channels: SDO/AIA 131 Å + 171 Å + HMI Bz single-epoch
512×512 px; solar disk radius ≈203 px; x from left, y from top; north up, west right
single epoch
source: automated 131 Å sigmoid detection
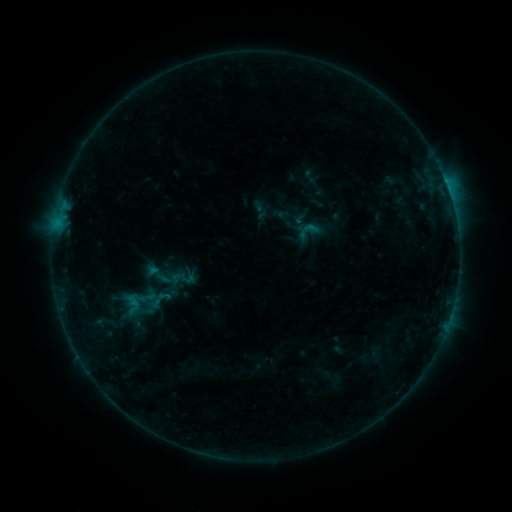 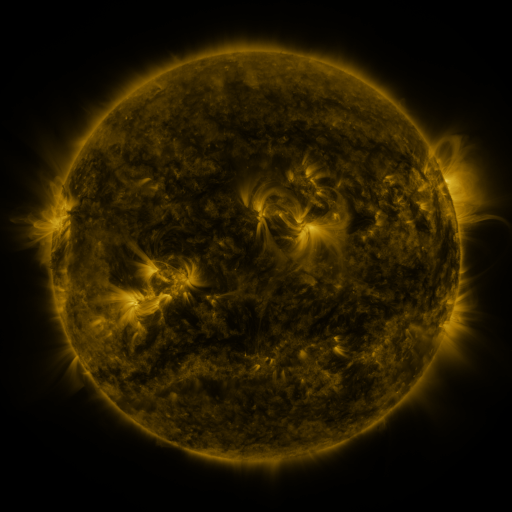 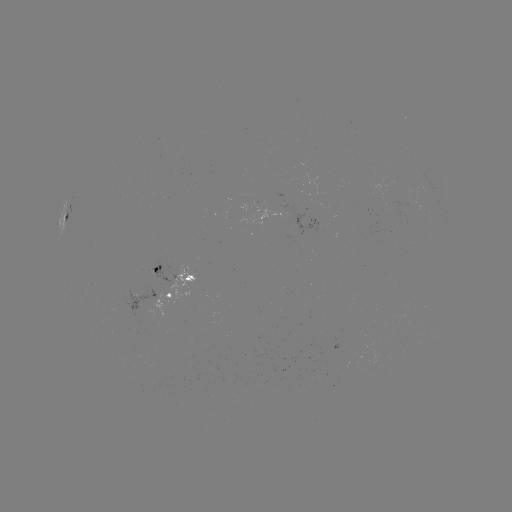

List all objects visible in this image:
sigmoid: <bbox>141, 259, 174, 289</bbox>
